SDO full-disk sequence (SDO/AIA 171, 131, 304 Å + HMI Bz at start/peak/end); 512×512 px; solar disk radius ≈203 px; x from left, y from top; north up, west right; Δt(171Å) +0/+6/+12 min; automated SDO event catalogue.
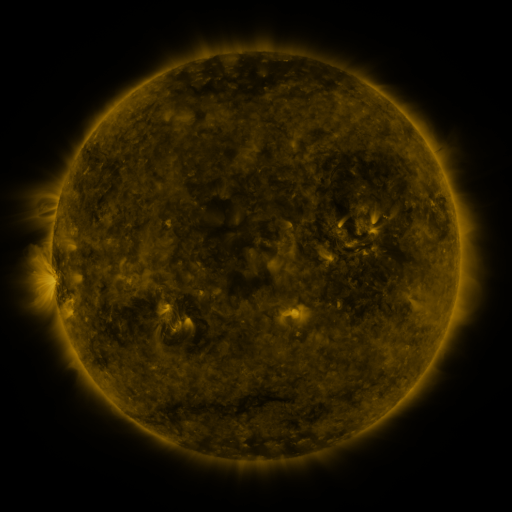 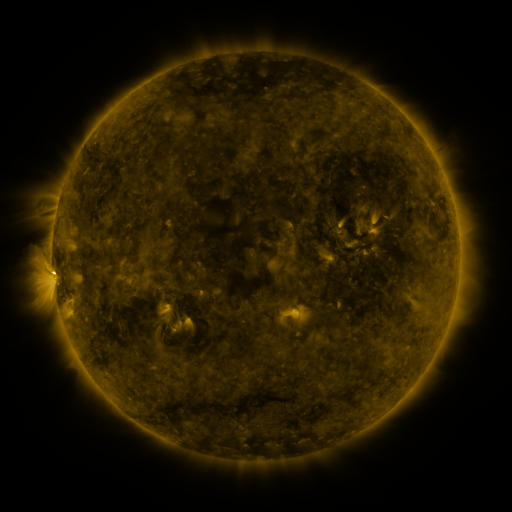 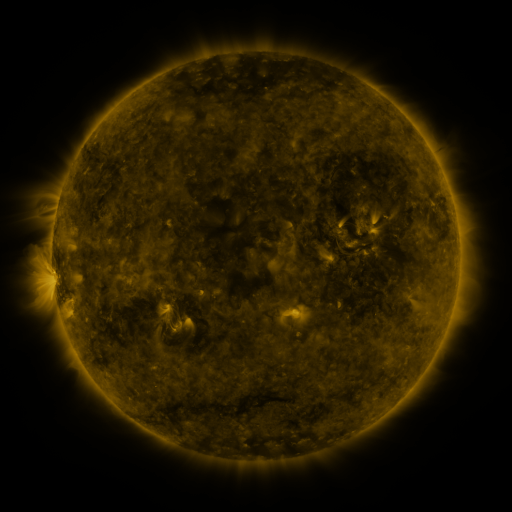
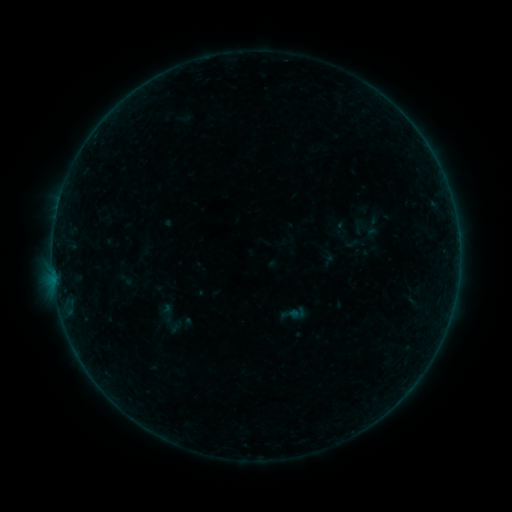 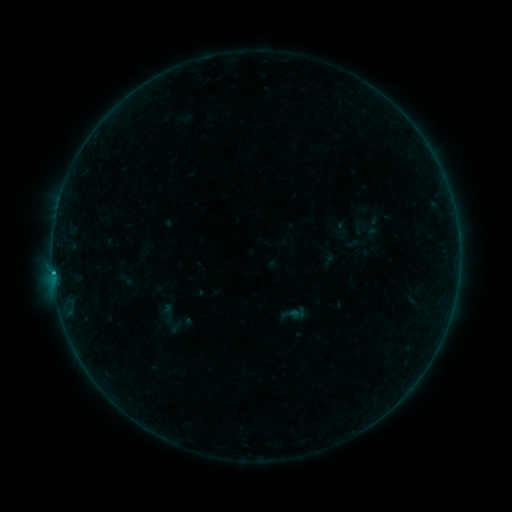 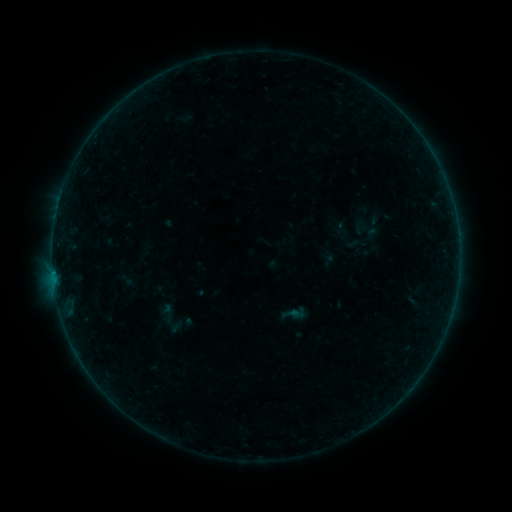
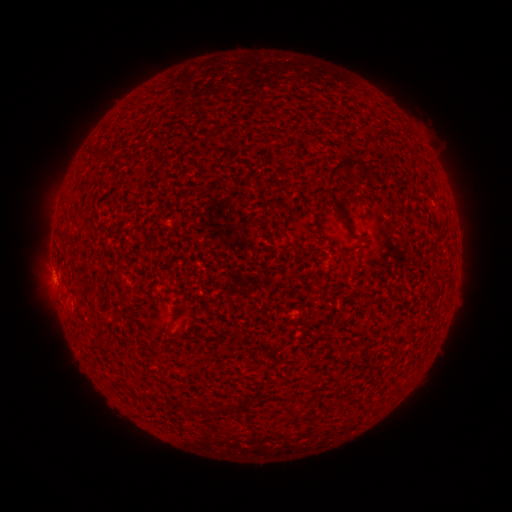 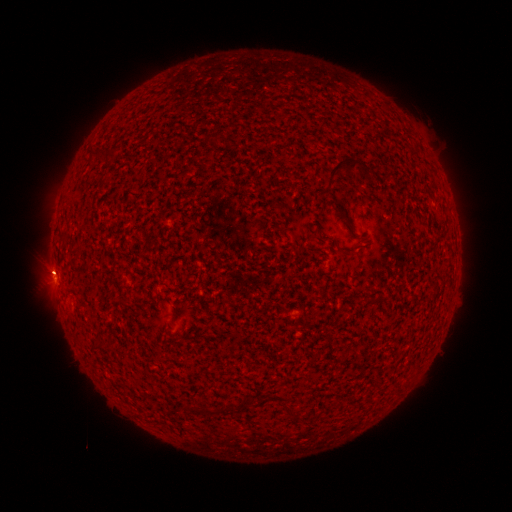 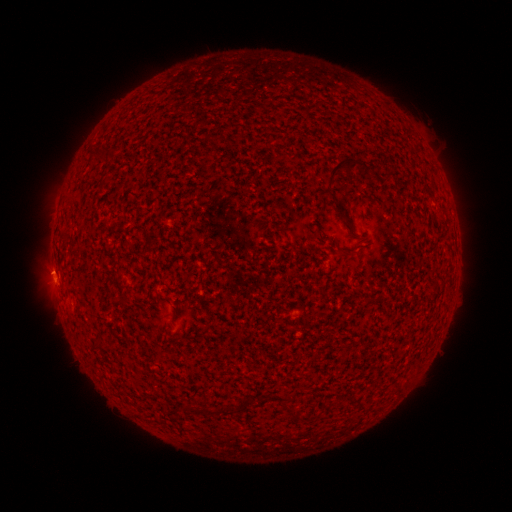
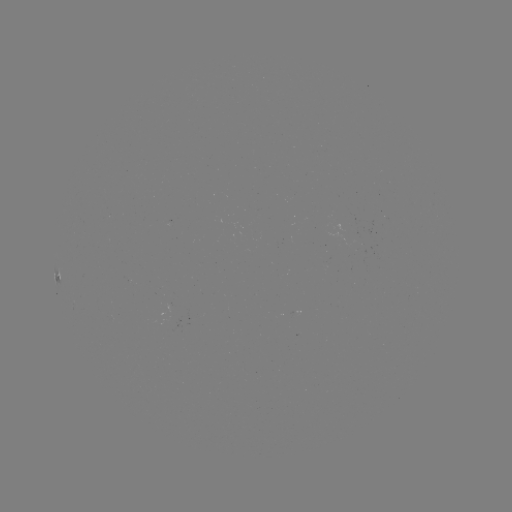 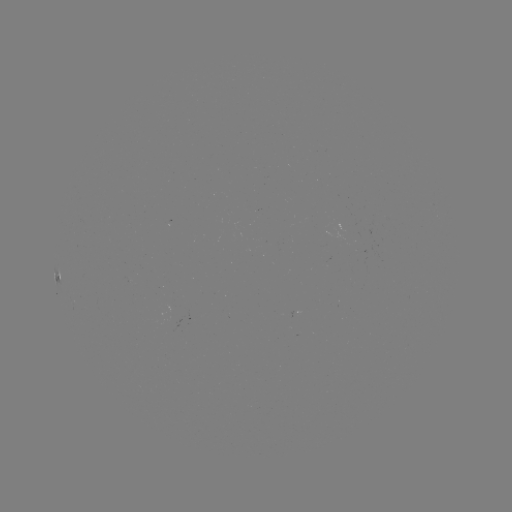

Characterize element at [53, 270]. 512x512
B2.4 flare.